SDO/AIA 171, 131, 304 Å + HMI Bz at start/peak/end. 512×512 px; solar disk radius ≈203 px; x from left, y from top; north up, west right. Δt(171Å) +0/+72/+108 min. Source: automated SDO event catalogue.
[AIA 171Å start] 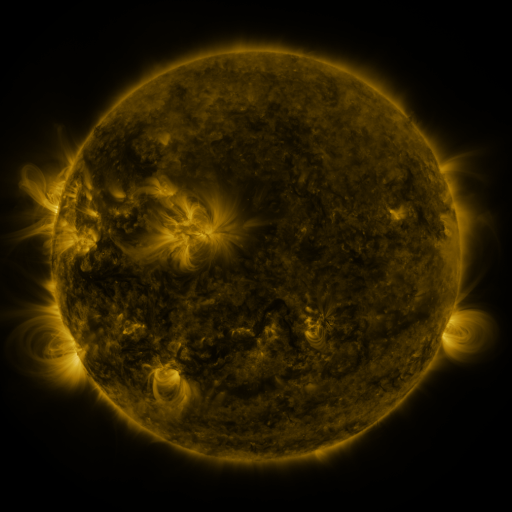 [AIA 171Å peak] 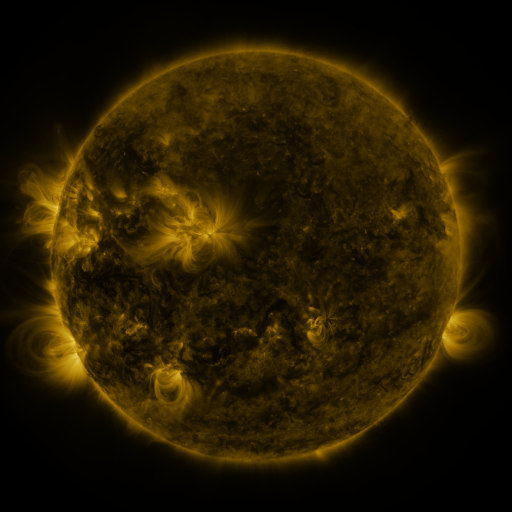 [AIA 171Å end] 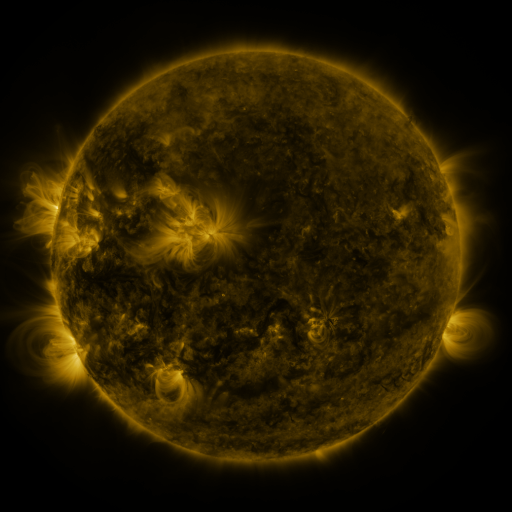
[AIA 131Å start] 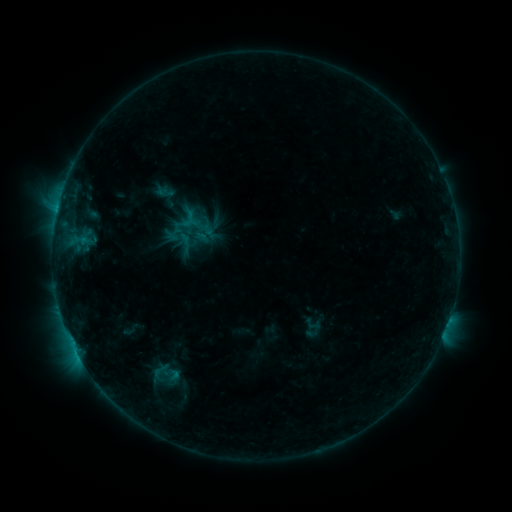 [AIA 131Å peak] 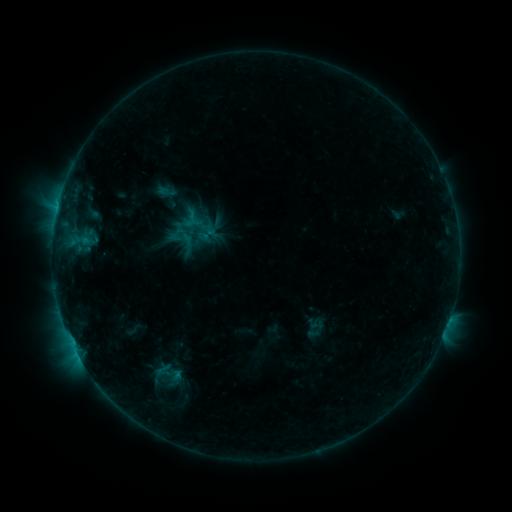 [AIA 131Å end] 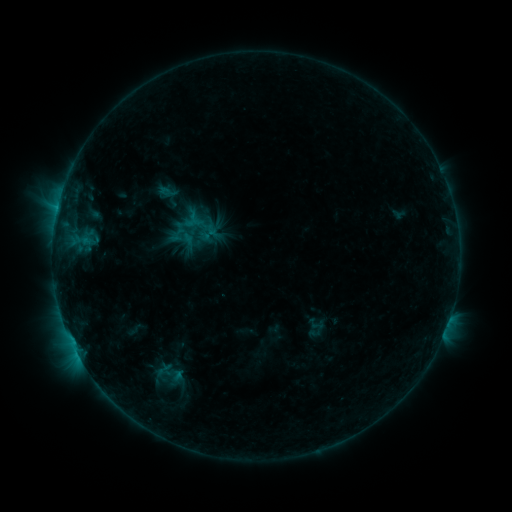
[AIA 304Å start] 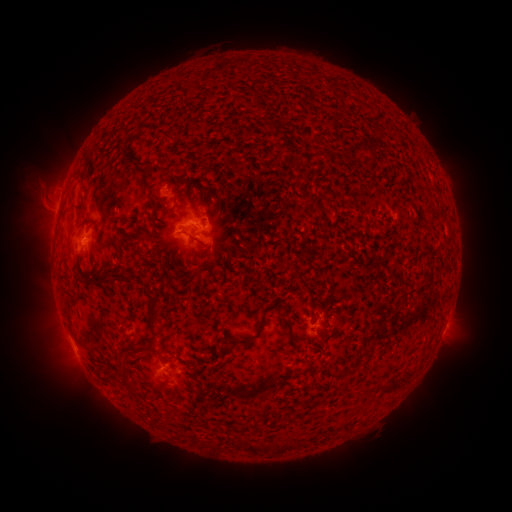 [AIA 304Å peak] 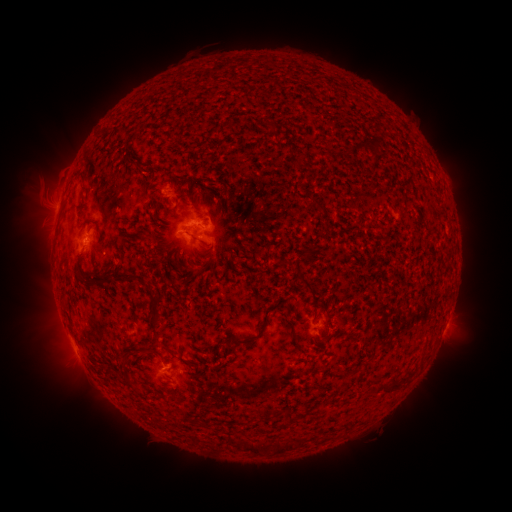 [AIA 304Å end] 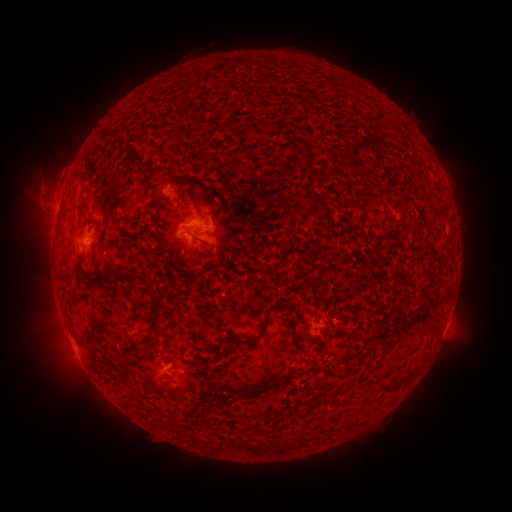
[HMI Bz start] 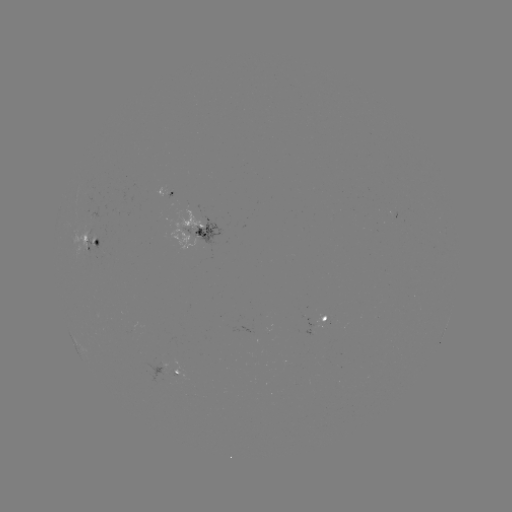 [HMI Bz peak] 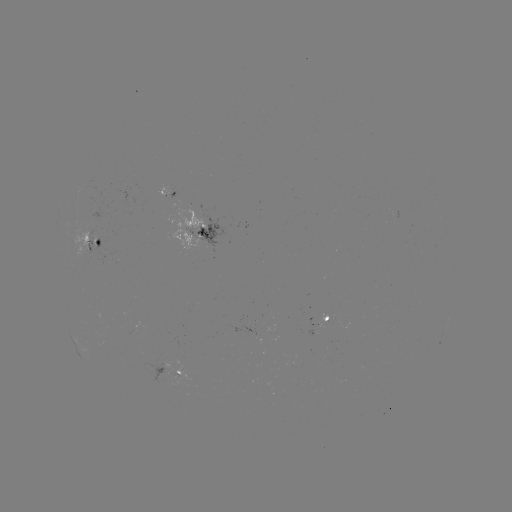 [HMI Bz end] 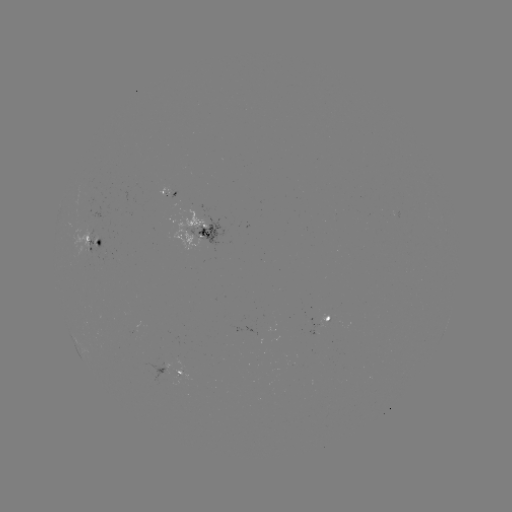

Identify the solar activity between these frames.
emerging-flux region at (104, 256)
